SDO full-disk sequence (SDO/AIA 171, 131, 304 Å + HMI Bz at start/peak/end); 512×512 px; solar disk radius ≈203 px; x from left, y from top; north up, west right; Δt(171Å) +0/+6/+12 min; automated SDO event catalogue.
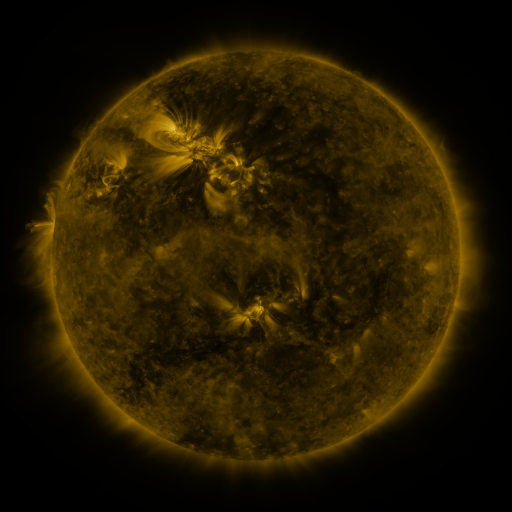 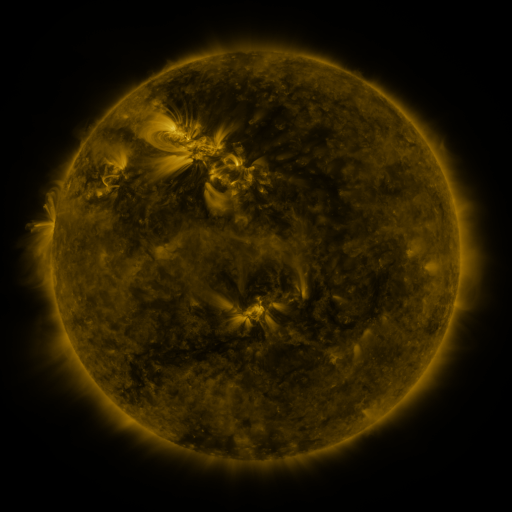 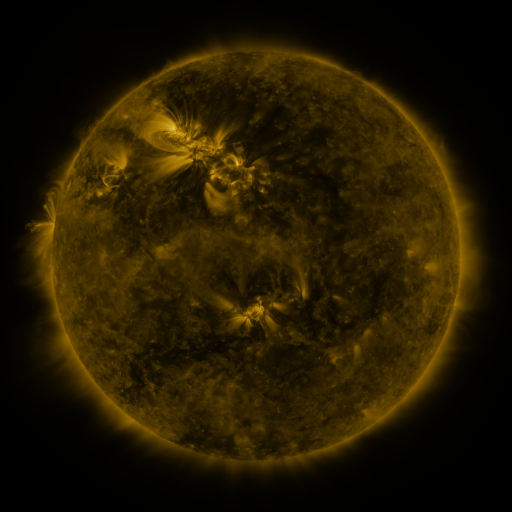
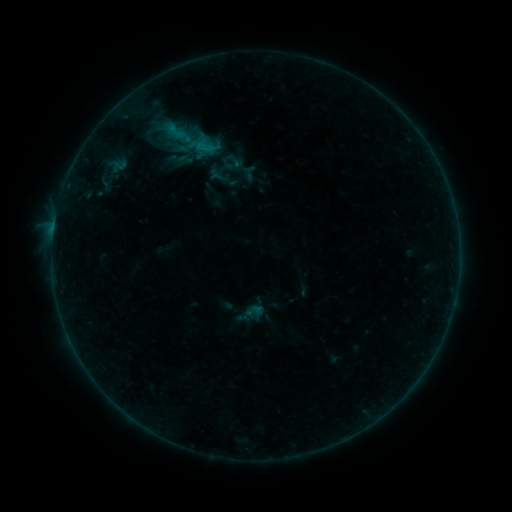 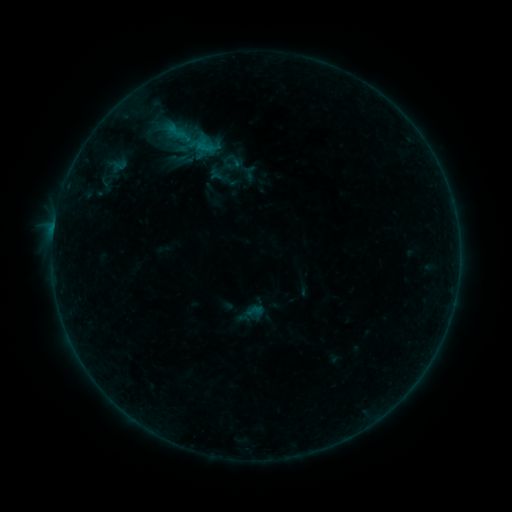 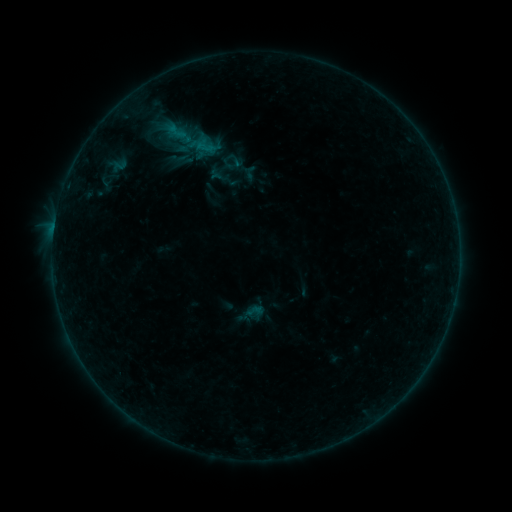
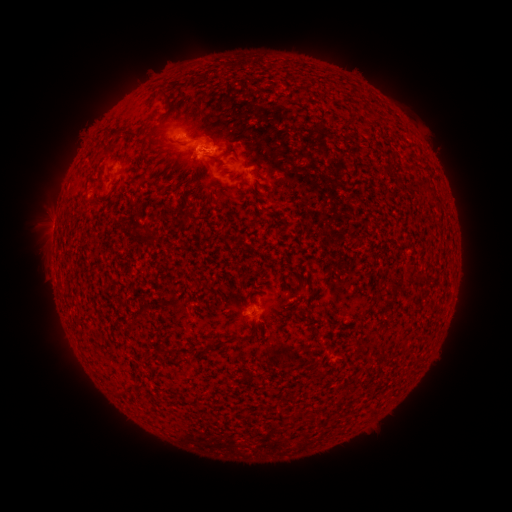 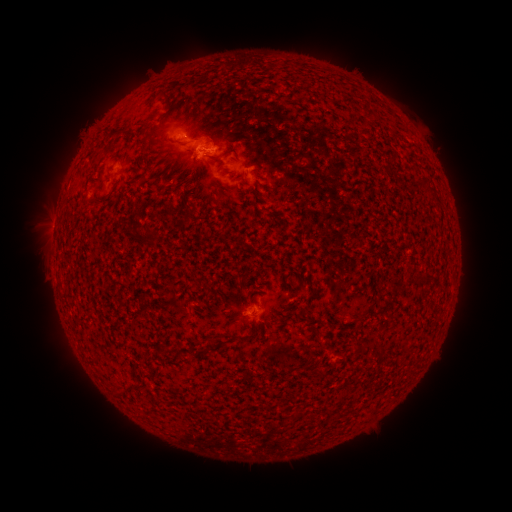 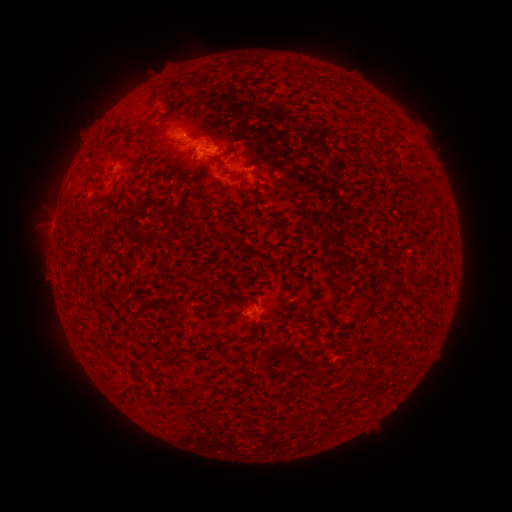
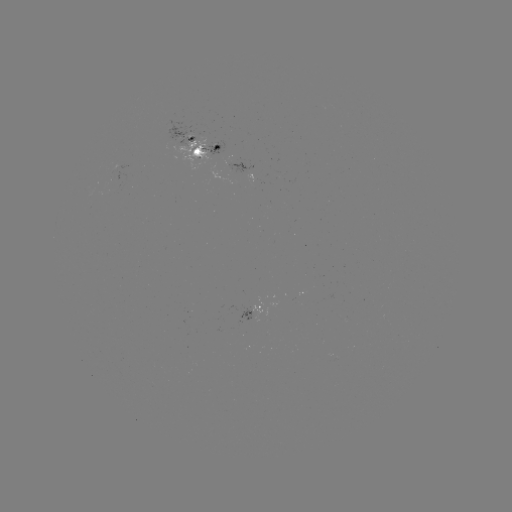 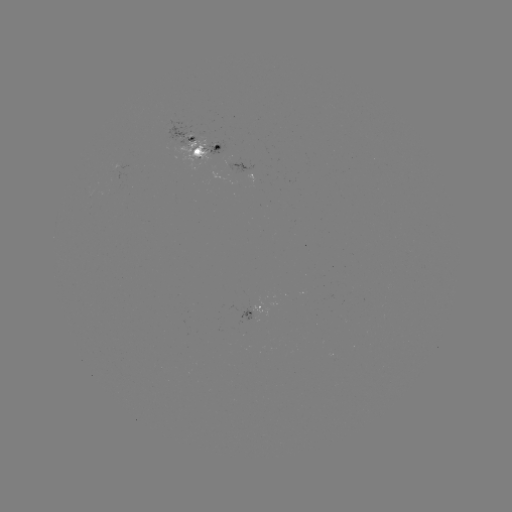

no flare in any classed list; no EUV-trigger detection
